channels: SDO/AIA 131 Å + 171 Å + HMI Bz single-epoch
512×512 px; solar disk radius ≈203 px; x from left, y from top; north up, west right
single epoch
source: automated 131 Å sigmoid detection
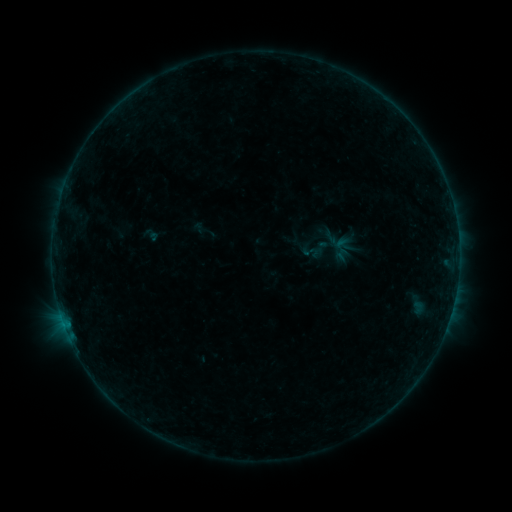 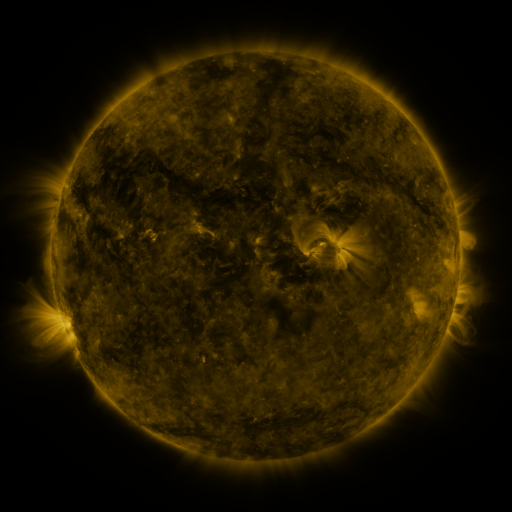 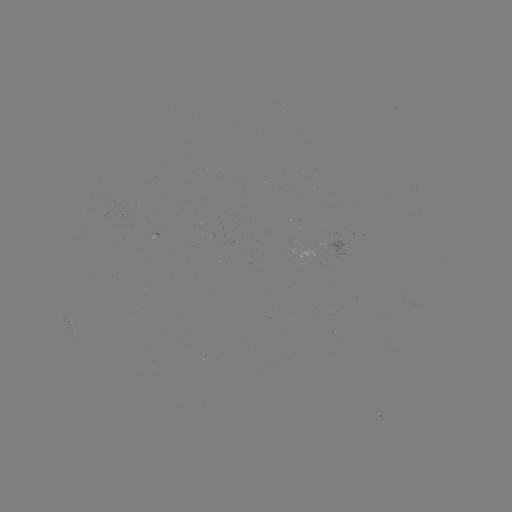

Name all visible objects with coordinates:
sigmoid: <bbox>318, 233, 342, 255</bbox>
sigmoid: <bbox>302, 244, 319, 260</bbox>
